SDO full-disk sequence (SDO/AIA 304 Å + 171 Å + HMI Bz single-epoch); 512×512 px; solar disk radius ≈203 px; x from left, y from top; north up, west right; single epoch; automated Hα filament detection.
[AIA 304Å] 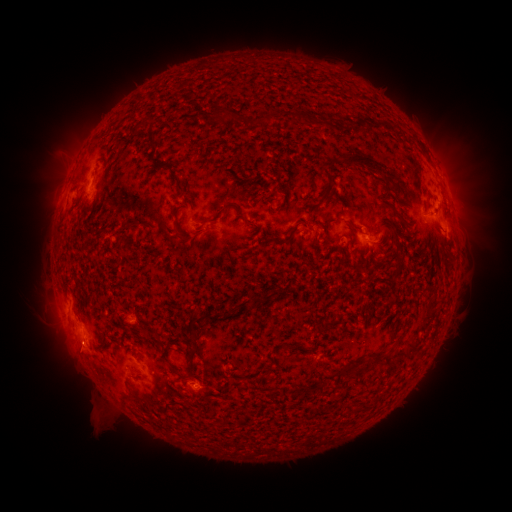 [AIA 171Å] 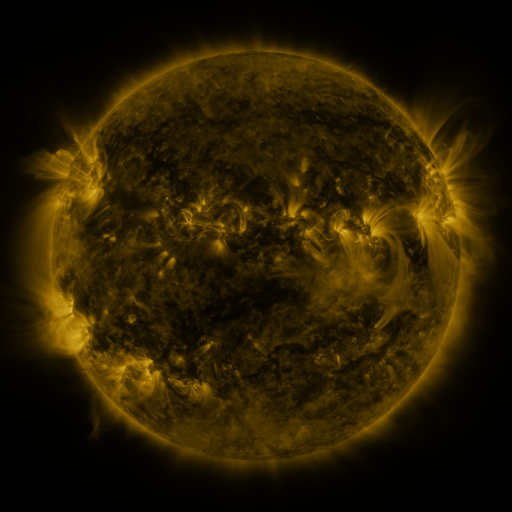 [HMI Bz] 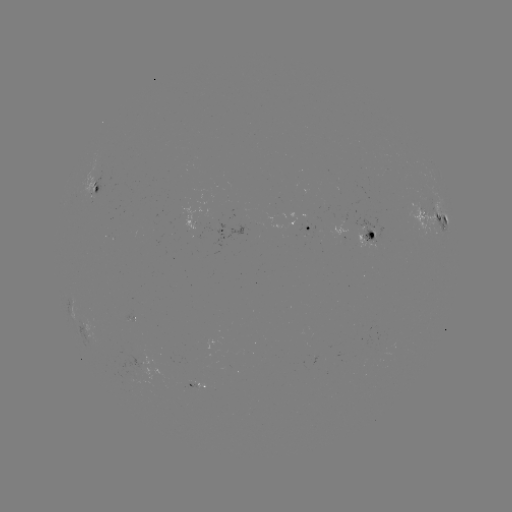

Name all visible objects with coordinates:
filament: (213, 106, 232, 119)
filament: (293, 111, 306, 125)
filament: (383, 124, 391, 133)
filament: (145, 126, 157, 147)
filament: (341, 153, 399, 182)
filament: (148, 157, 160, 171)
filament: (319, 163, 334, 203)
filament: (170, 169, 185, 196)
filament: (181, 200, 190, 209)
filament: (386, 202, 407, 229)
filament: (214, 205, 232, 215)
filament: (235, 215, 248, 222)
filament: (172, 218, 194, 242)
filament: (136, 220, 151, 229)
filament: (394, 234, 402, 249)
filament: (260, 235, 293, 246)
filament: (249, 296, 267, 305)
filament: (222, 307, 231, 316)
filament: (186, 311, 219, 330)
filament: (189, 348, 200, 362)
filament: (367, 358, 376, 370)
filament: (169, 367, 184, 379)
filament: (360, 403, 371, 411)
